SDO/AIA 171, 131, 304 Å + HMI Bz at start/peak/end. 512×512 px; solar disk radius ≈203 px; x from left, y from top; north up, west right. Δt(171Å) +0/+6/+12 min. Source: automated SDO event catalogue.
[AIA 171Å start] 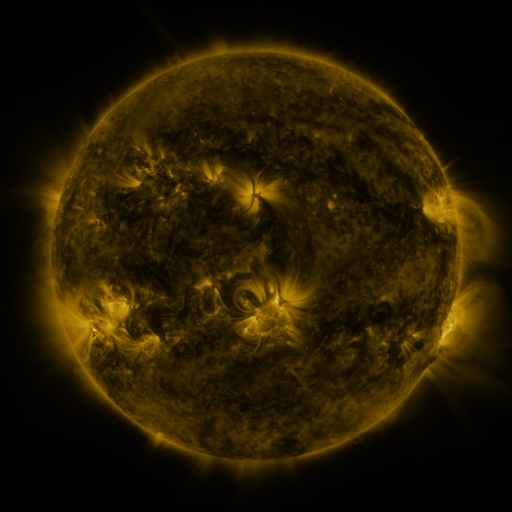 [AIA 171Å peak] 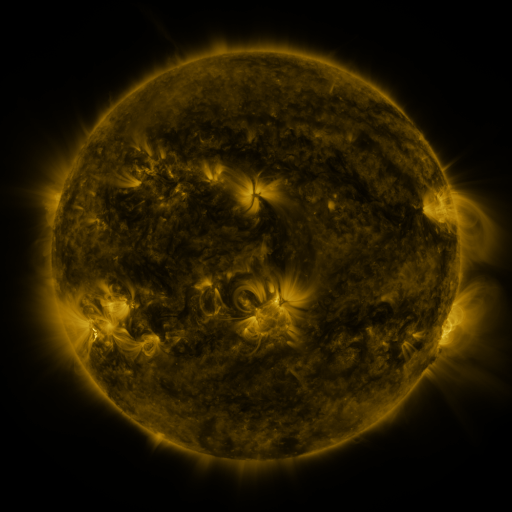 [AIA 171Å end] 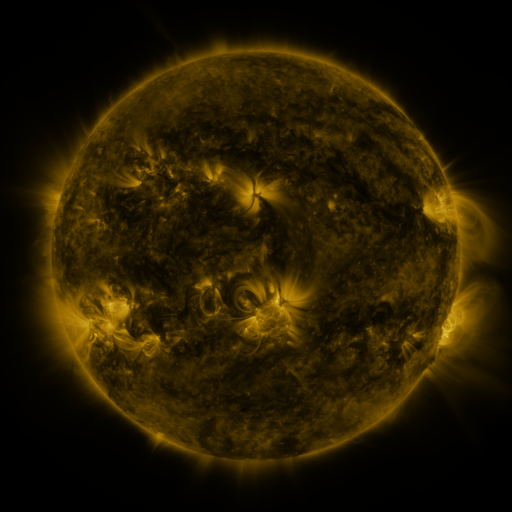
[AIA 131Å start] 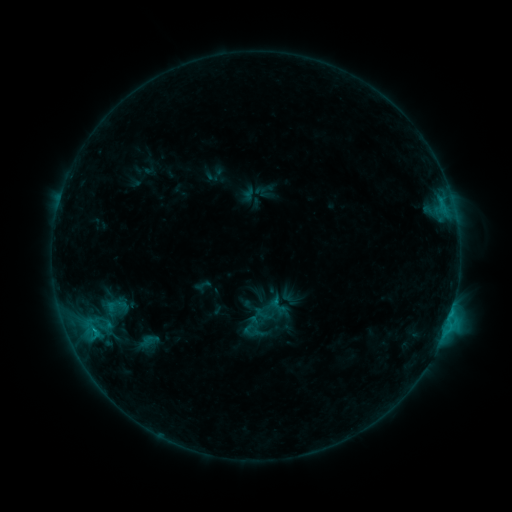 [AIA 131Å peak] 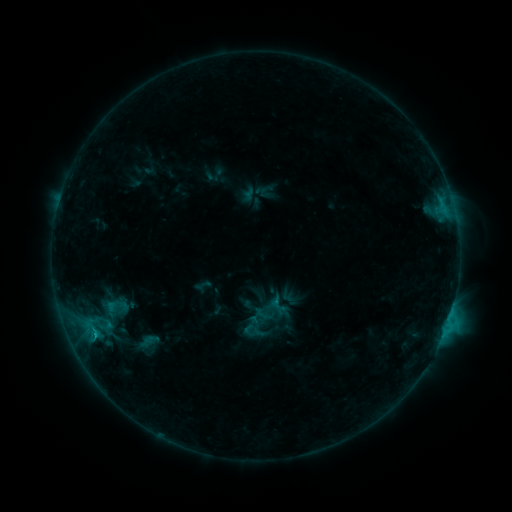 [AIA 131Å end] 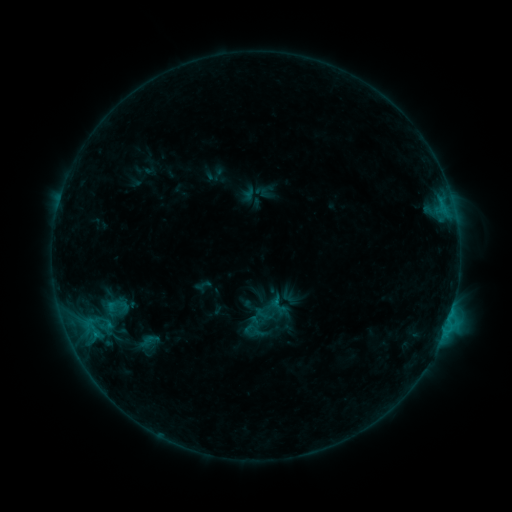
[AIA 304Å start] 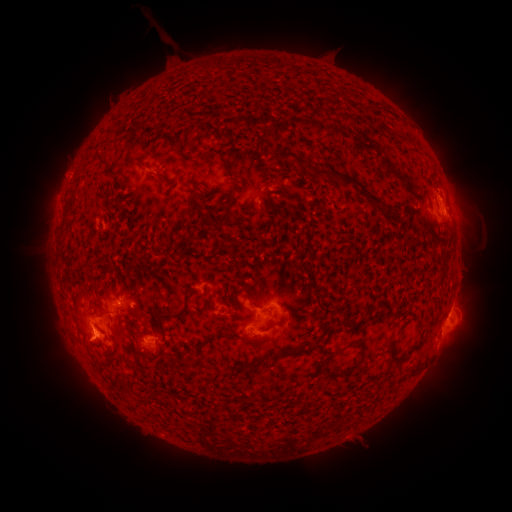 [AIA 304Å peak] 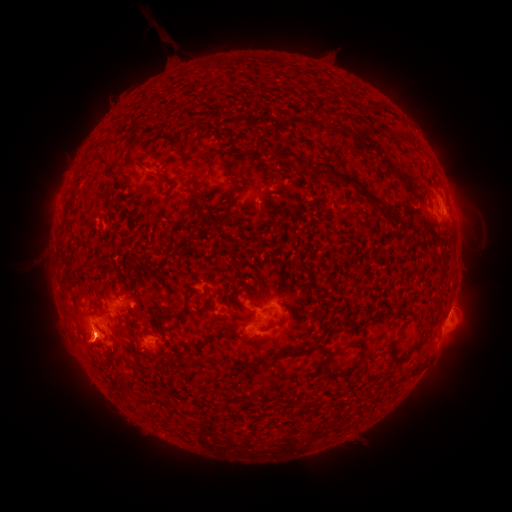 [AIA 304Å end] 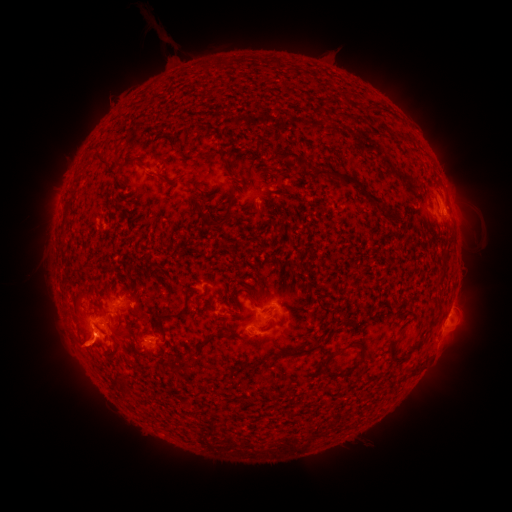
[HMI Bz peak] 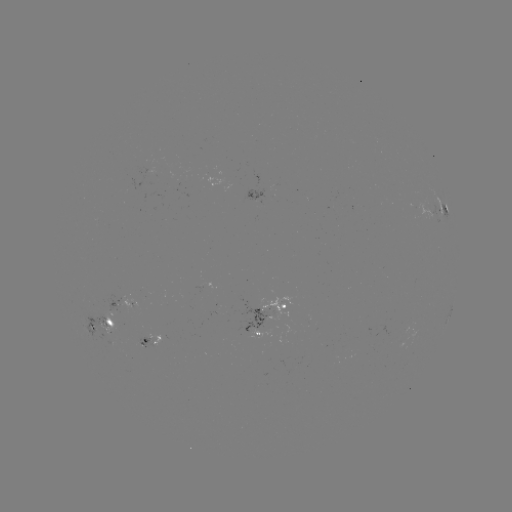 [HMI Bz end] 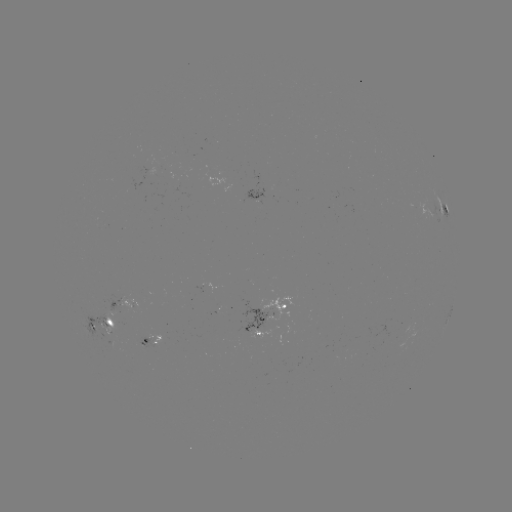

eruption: <bbox>53, 331, 107, 377</bbox>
